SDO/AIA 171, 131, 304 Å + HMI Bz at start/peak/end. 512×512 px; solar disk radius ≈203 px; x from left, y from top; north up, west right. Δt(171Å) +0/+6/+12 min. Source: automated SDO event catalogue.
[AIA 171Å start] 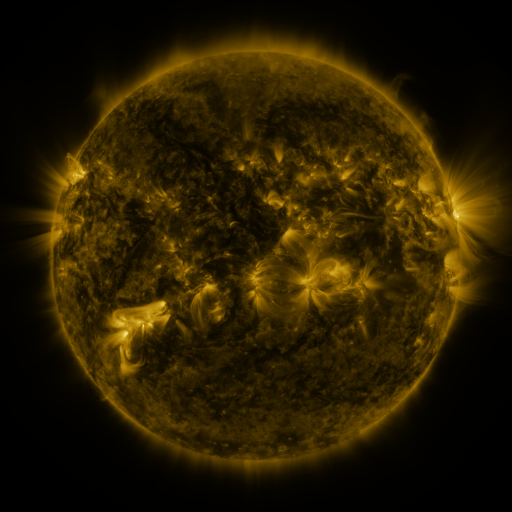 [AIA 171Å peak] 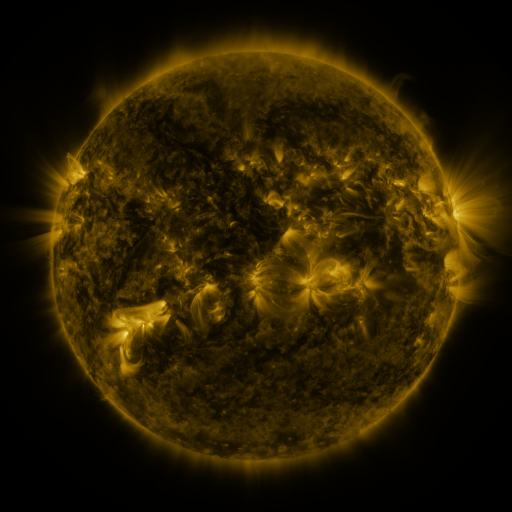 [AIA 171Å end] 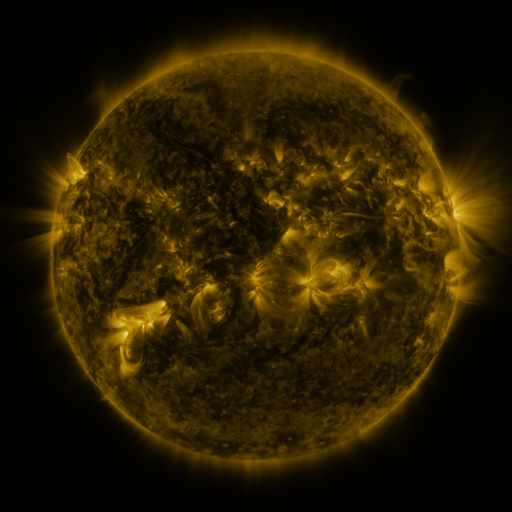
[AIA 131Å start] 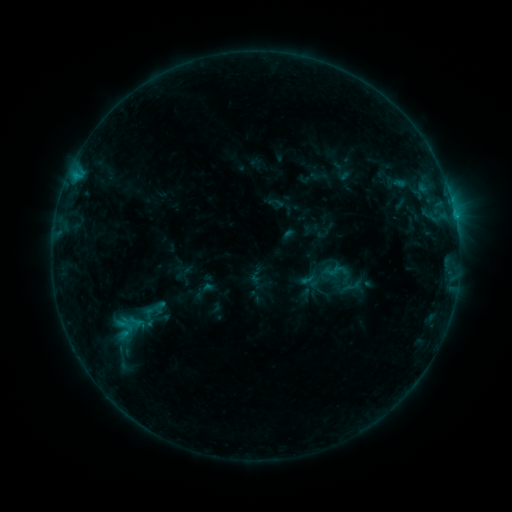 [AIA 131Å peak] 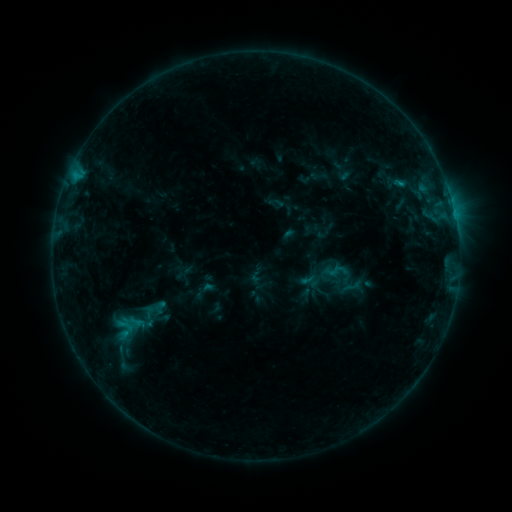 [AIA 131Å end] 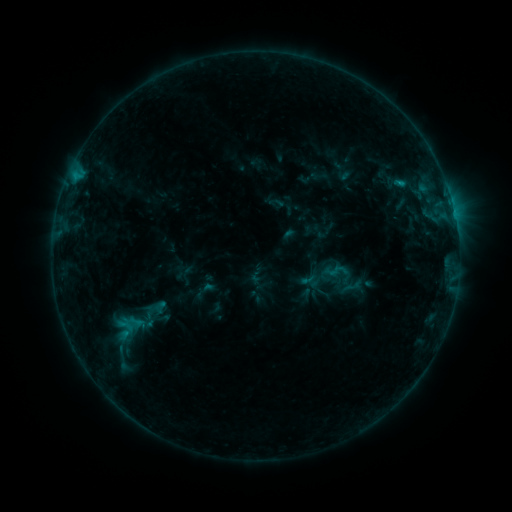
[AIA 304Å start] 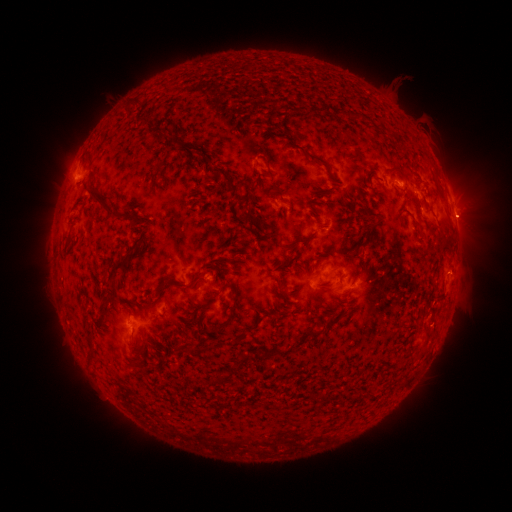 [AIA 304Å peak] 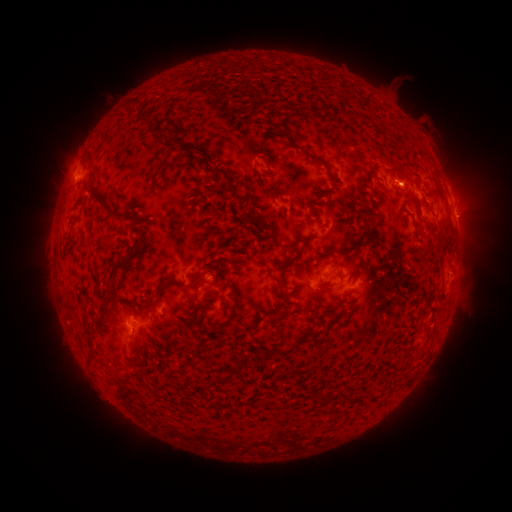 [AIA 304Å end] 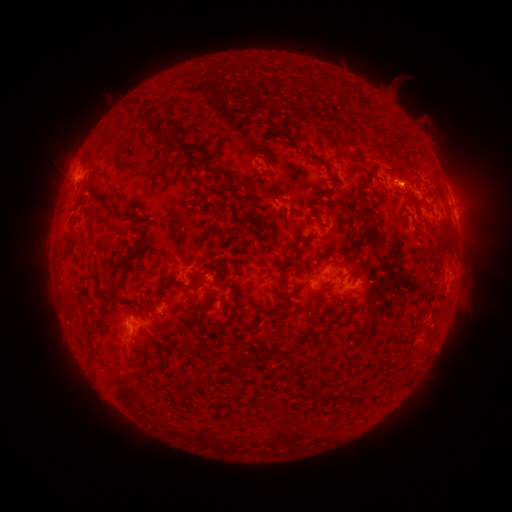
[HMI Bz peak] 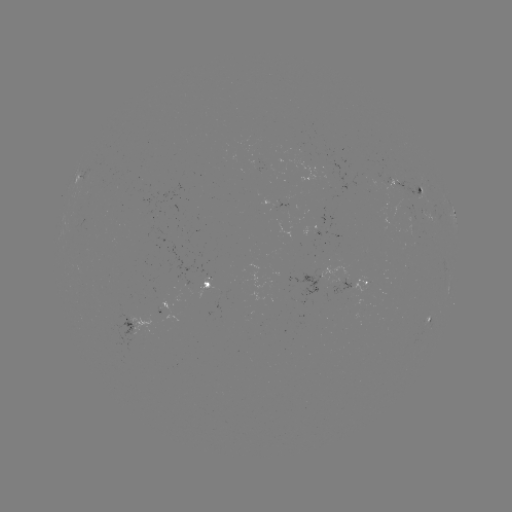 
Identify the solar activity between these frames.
B6.7 flare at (399, 184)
